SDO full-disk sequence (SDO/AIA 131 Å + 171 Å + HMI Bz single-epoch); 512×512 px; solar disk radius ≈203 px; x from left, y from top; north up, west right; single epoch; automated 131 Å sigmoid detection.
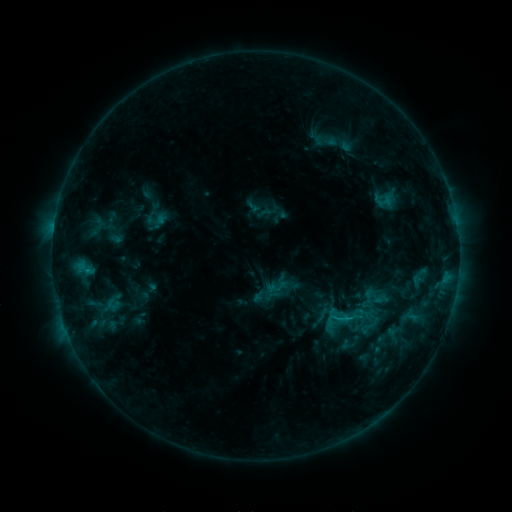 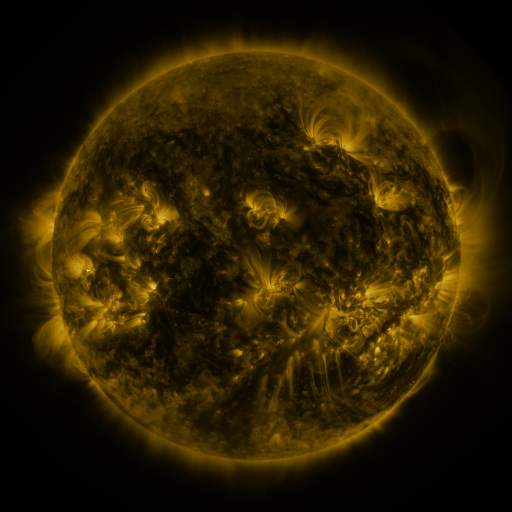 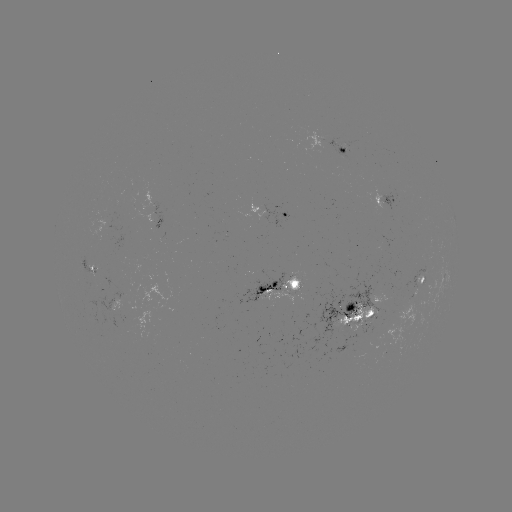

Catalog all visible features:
sigmoid: [343, 307, 362, 327]
sigmoid: [357, 314, 381, 338]
